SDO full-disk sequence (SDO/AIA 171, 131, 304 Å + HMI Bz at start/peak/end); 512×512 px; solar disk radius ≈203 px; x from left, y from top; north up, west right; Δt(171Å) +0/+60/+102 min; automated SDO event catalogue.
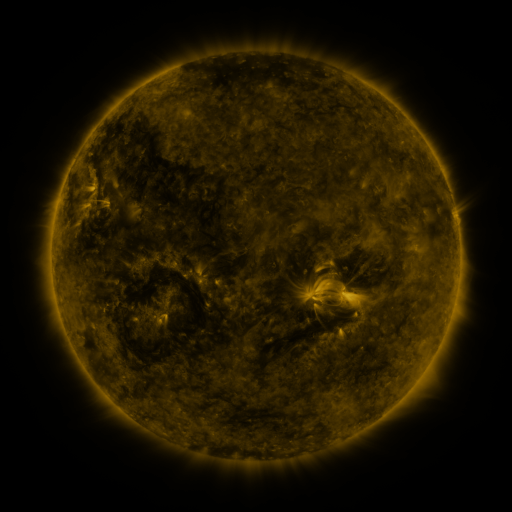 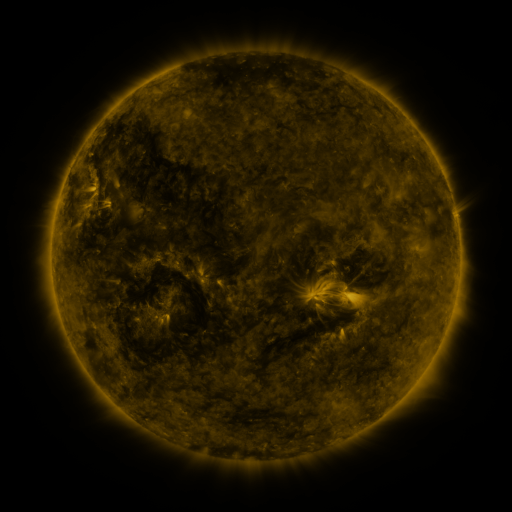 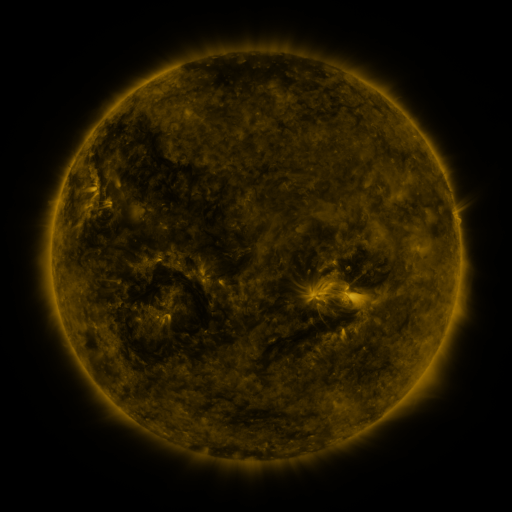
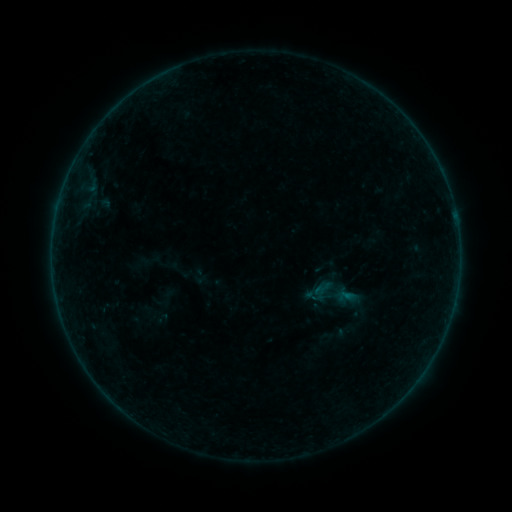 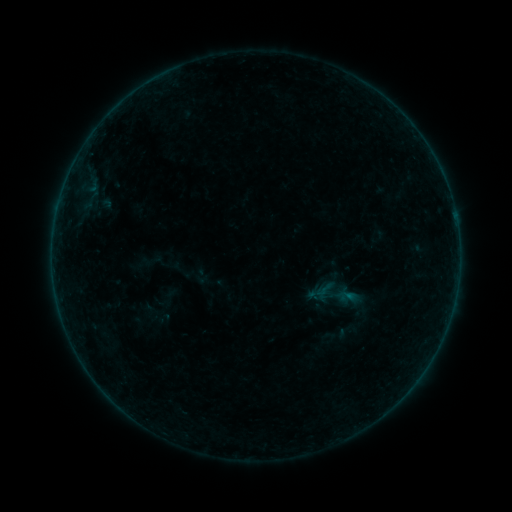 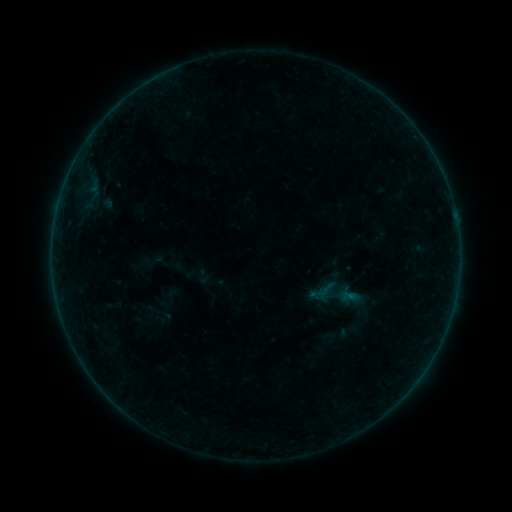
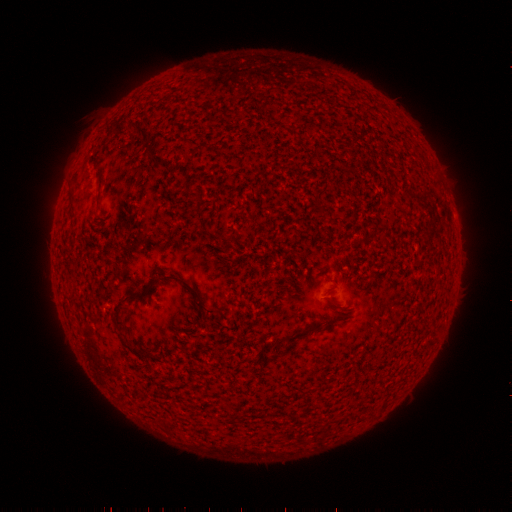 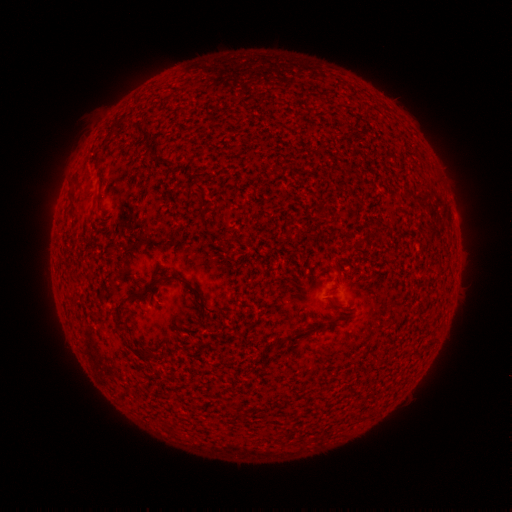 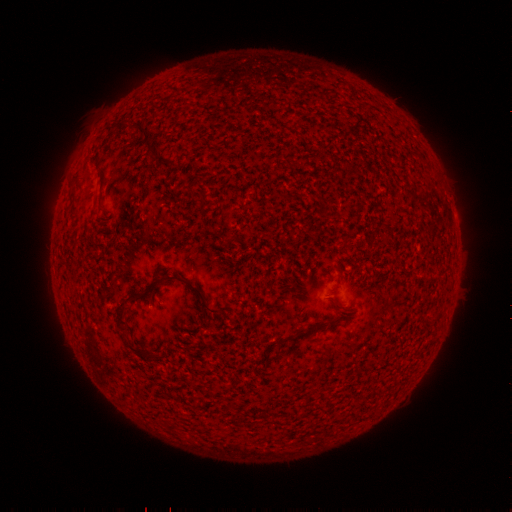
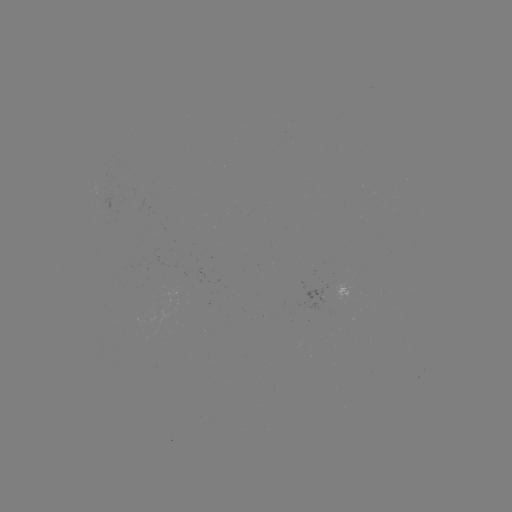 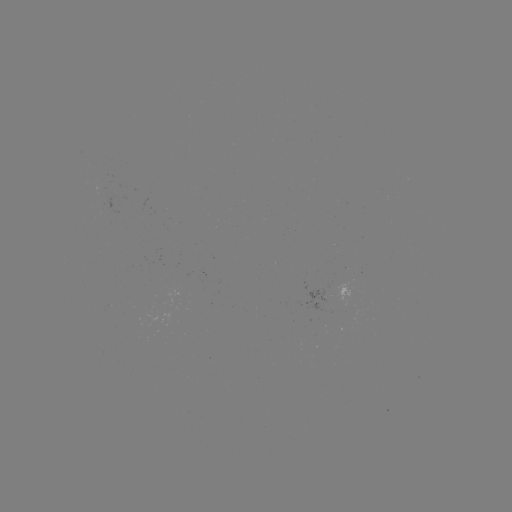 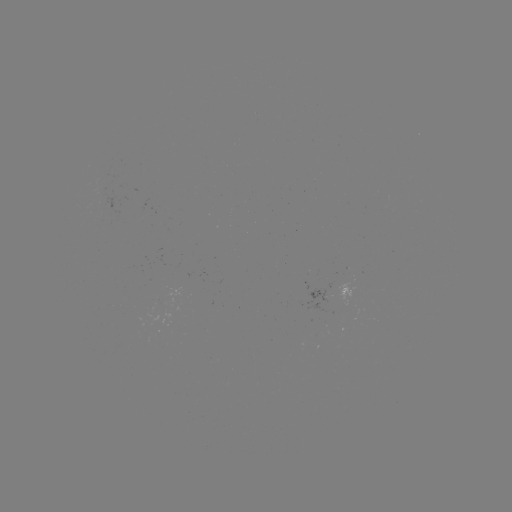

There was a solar emerging-flux region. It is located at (108, 306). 